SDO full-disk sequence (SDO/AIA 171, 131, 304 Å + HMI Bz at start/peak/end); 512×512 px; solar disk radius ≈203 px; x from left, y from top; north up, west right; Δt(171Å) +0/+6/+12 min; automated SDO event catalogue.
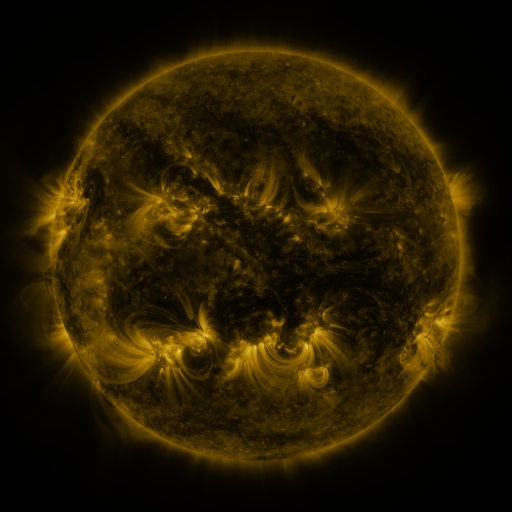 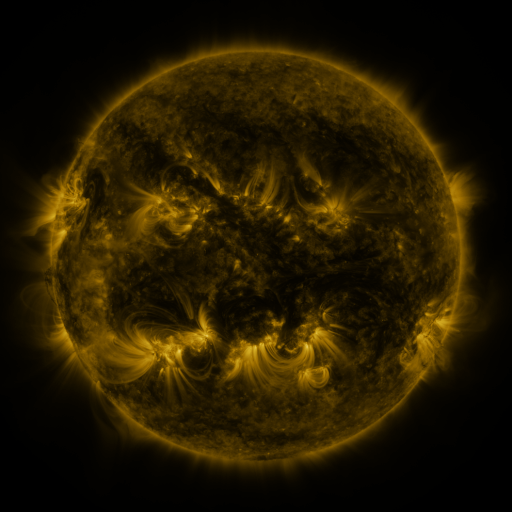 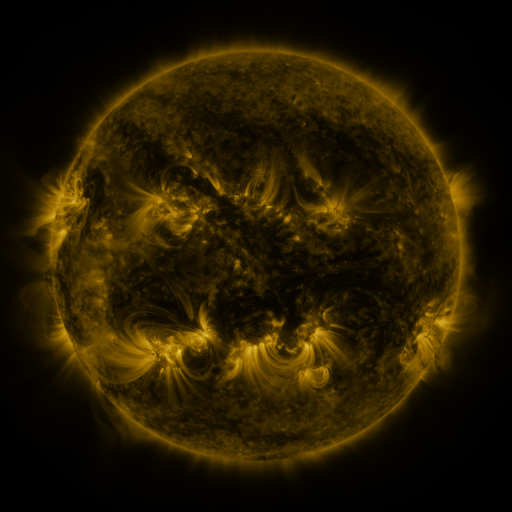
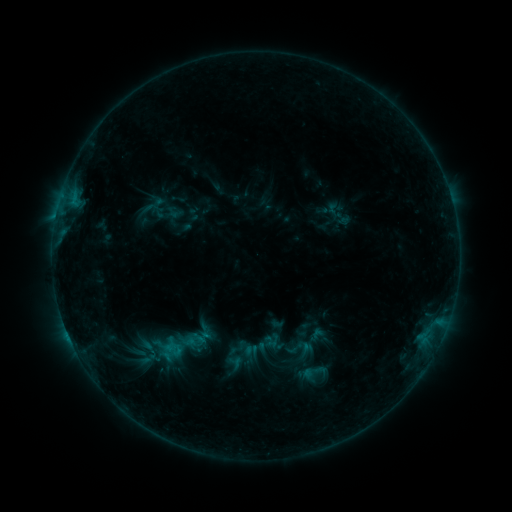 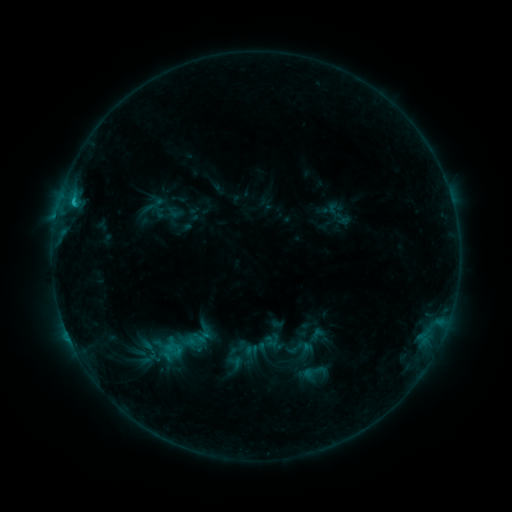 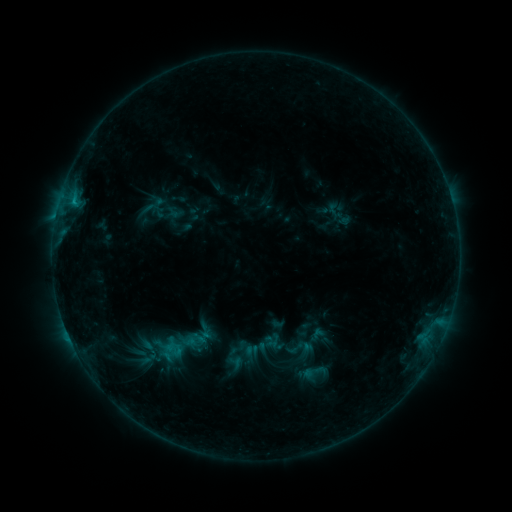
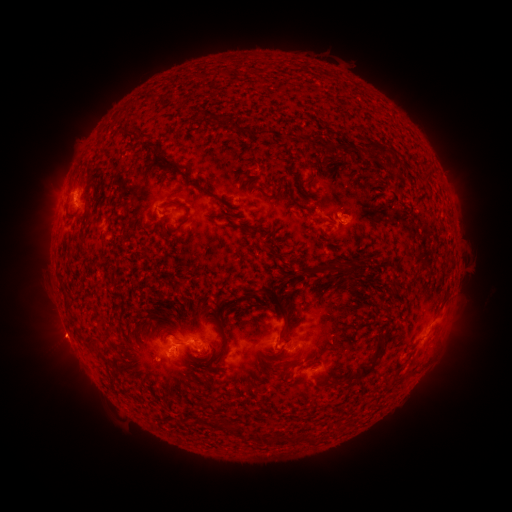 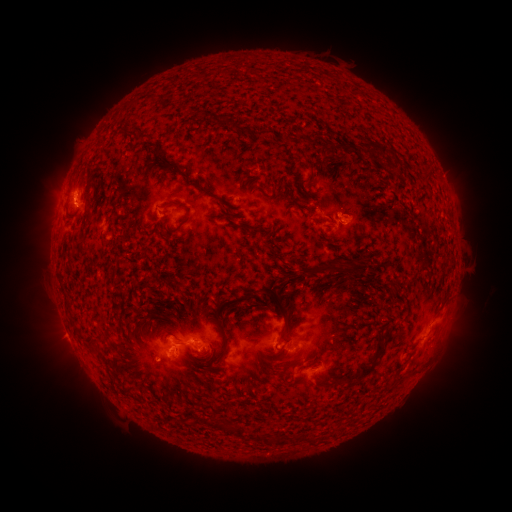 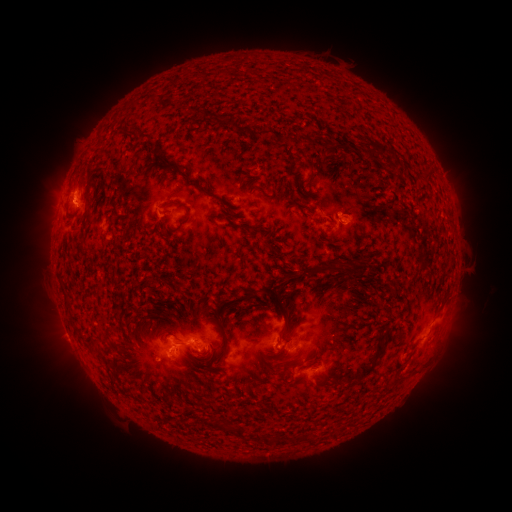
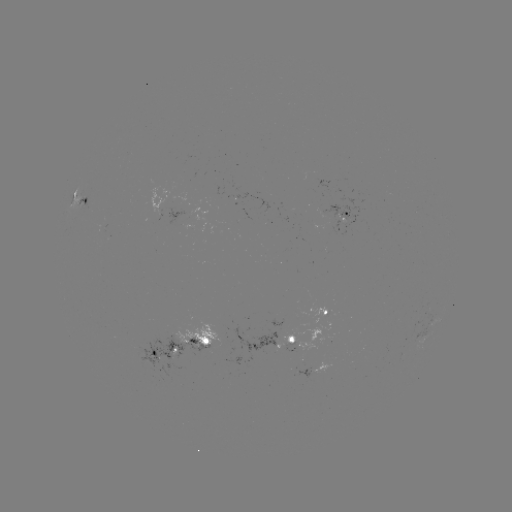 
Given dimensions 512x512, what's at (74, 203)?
B9.4 flare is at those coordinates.